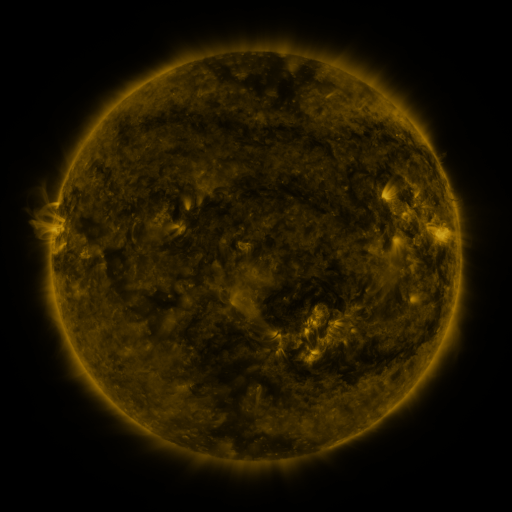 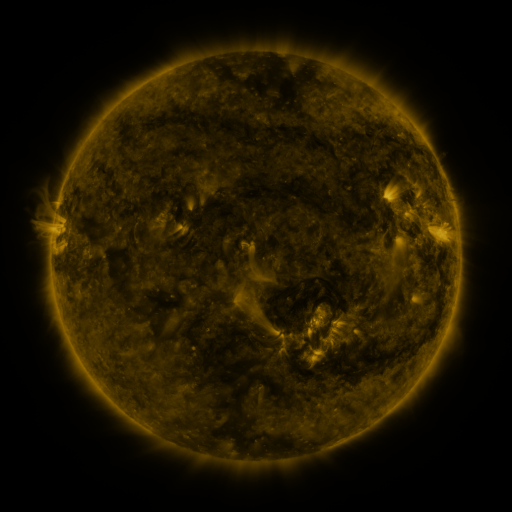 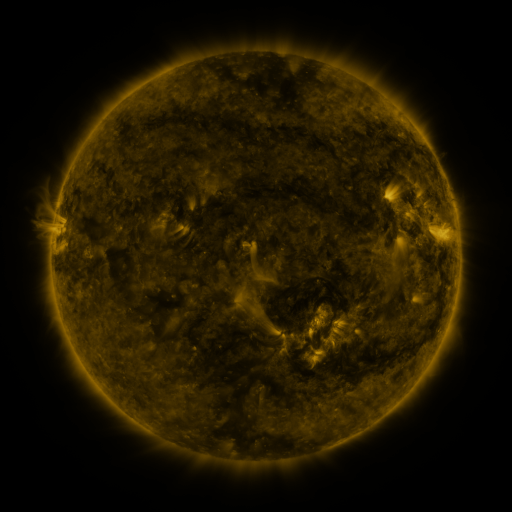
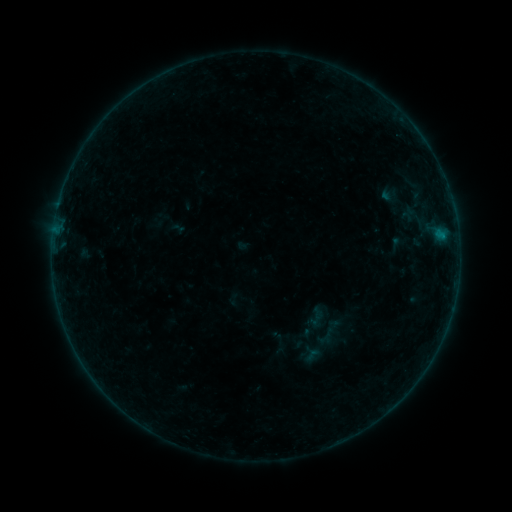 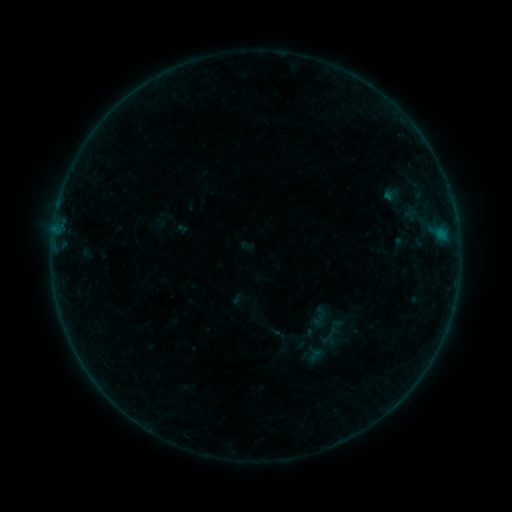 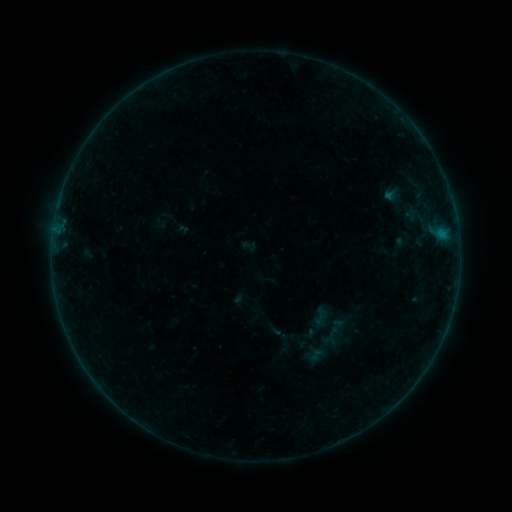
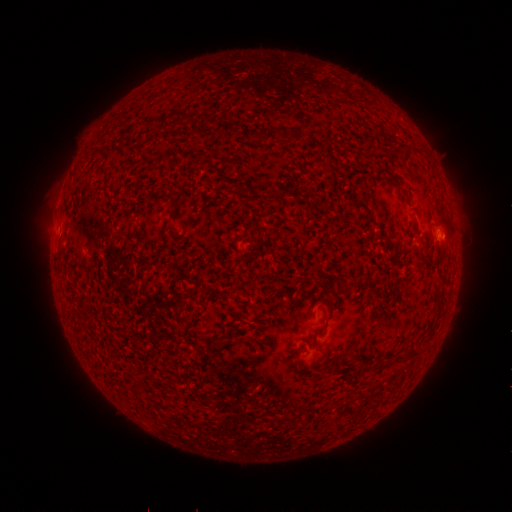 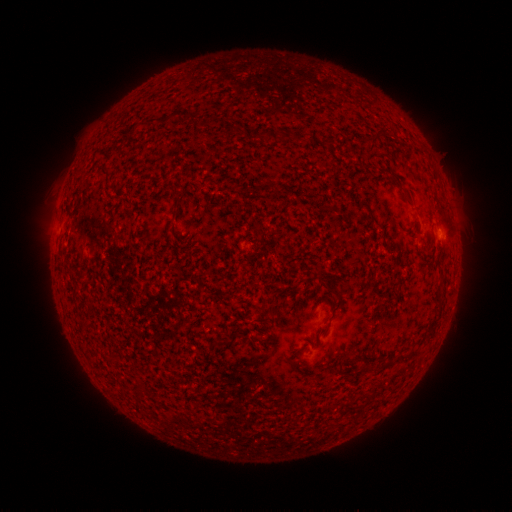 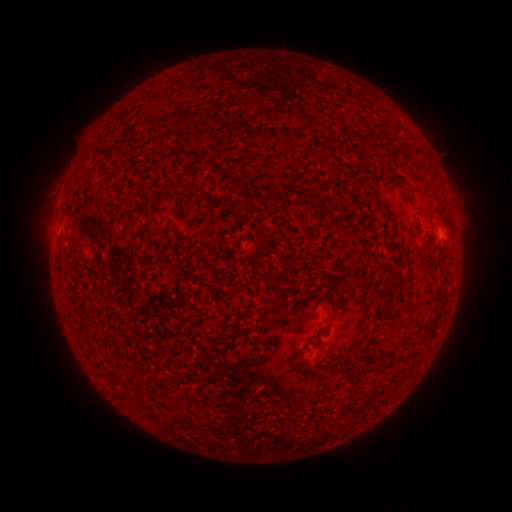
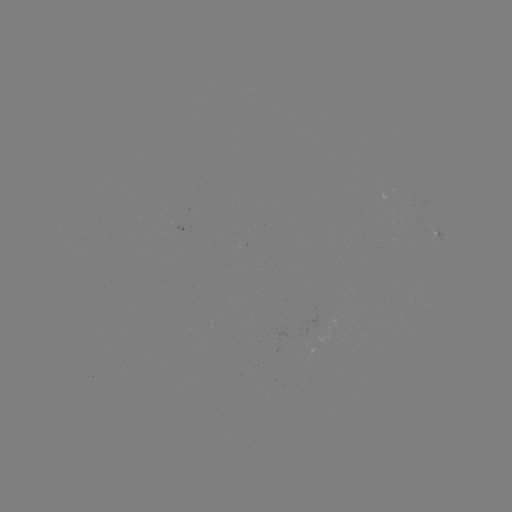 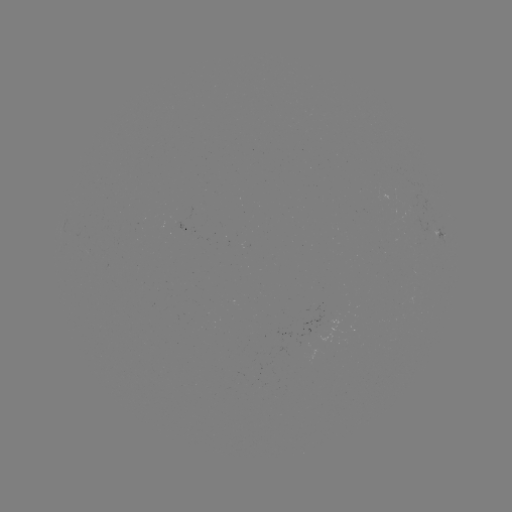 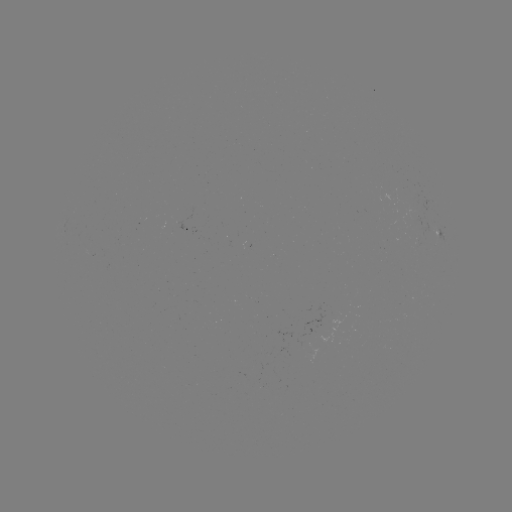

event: emerging-flux region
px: (423, 225)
